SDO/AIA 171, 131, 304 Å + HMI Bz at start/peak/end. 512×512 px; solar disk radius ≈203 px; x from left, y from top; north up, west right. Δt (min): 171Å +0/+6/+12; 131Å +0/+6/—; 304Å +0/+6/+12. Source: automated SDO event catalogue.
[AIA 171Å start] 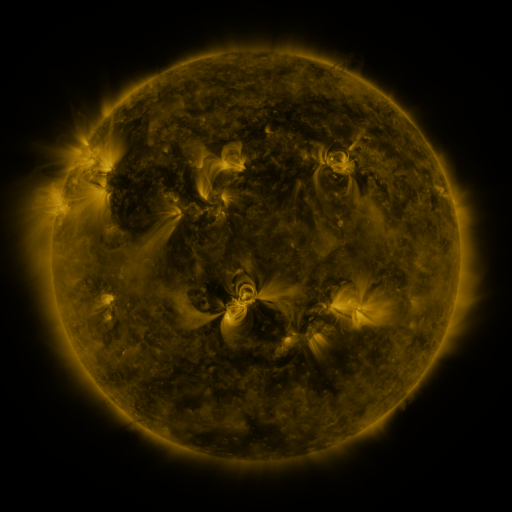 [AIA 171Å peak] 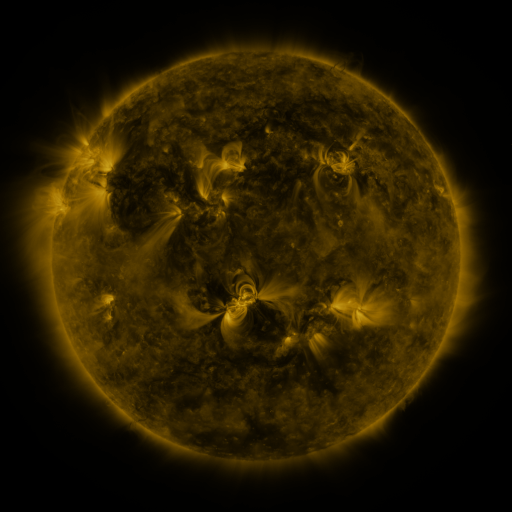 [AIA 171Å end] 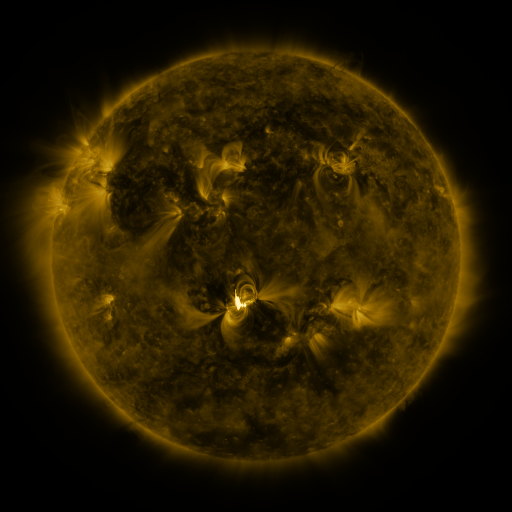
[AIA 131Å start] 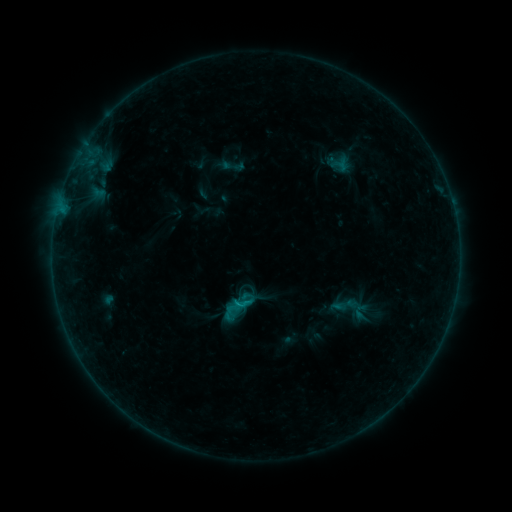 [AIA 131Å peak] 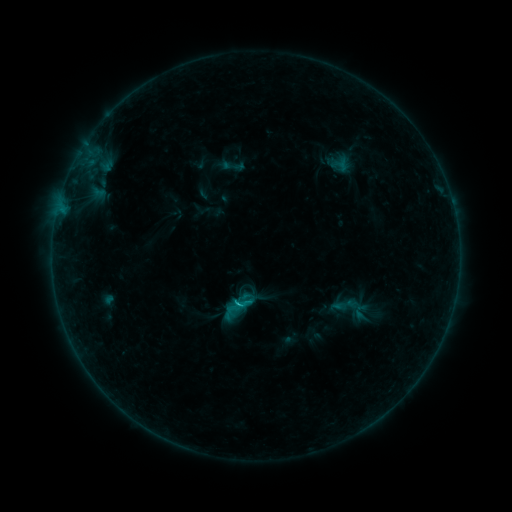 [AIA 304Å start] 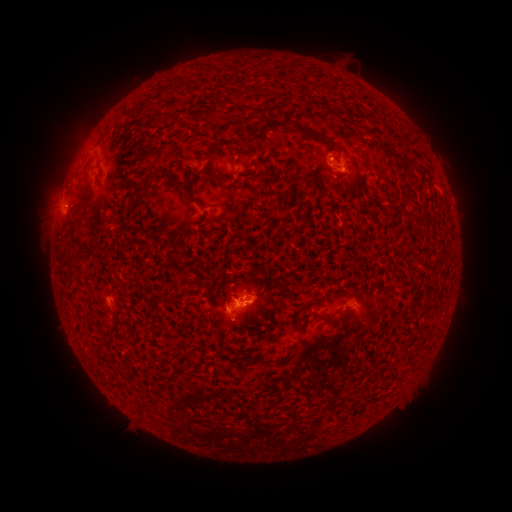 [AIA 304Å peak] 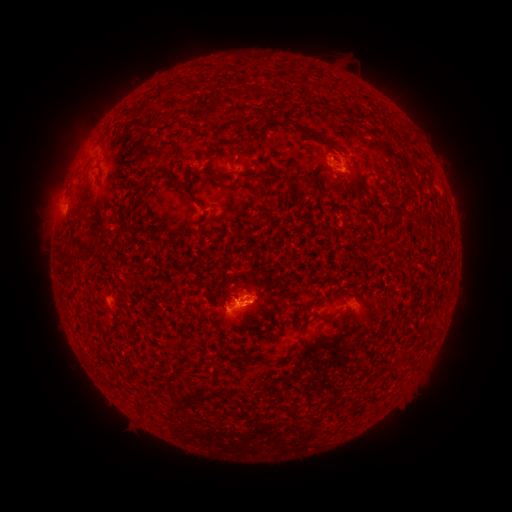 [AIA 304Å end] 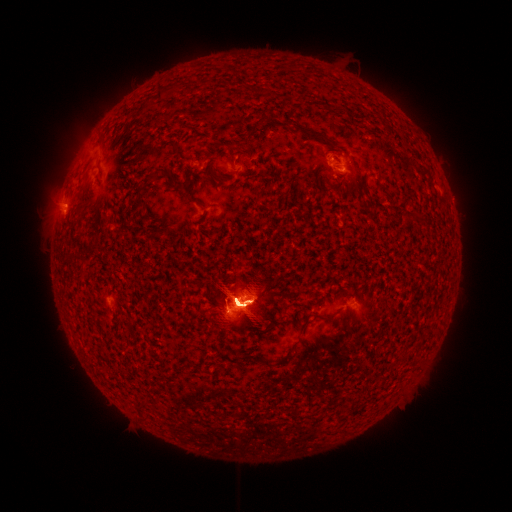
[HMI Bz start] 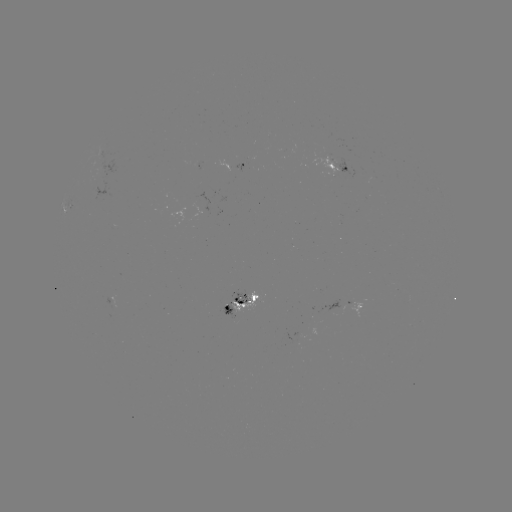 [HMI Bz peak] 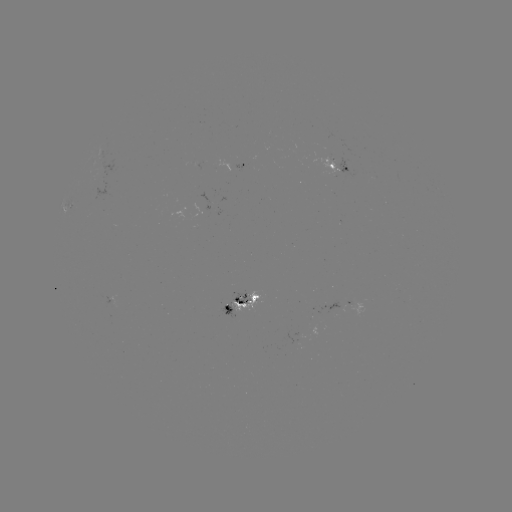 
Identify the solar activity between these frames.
M6.6 flare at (239, 302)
